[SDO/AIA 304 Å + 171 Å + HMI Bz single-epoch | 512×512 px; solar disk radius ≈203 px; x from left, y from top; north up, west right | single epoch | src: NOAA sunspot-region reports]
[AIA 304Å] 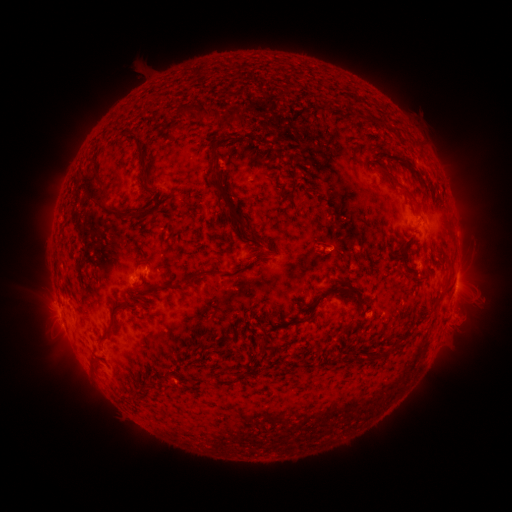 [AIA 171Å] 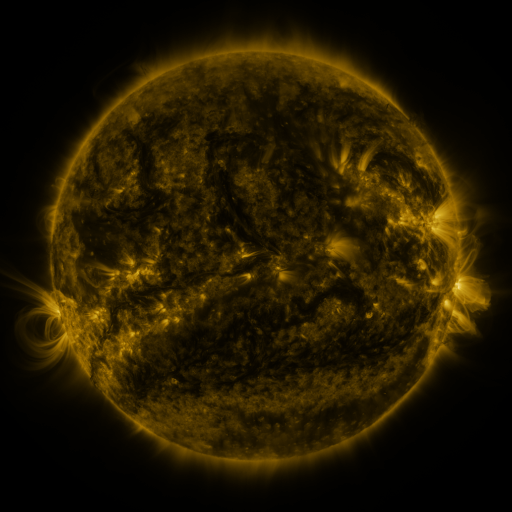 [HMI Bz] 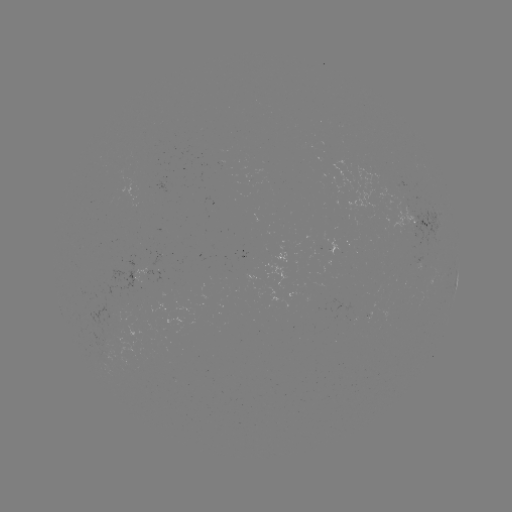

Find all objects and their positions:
spotted active region: (418, 222)
spotted active region: (417, 268)
